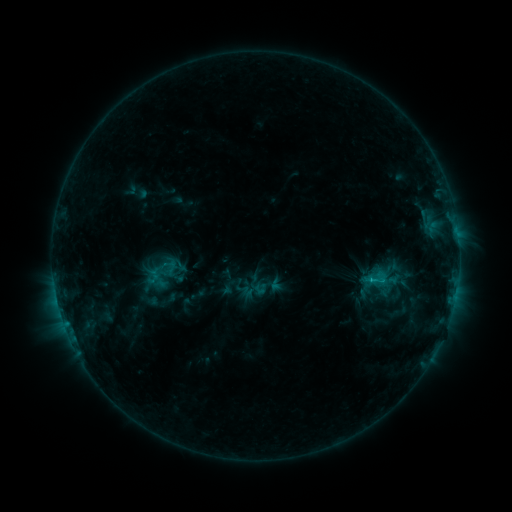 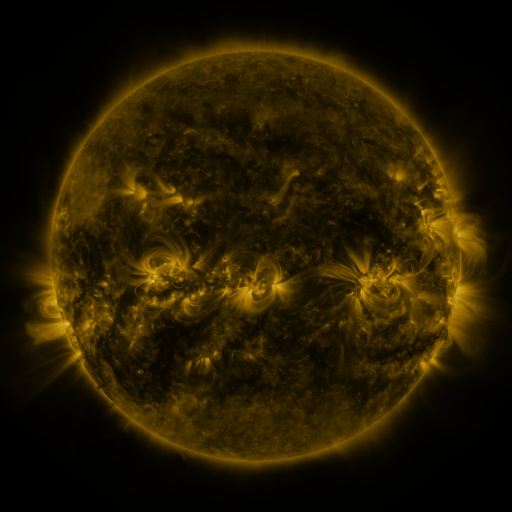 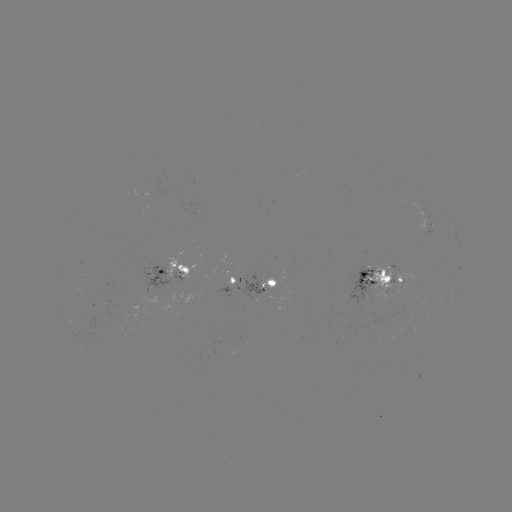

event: sigmoid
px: (376, 280)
